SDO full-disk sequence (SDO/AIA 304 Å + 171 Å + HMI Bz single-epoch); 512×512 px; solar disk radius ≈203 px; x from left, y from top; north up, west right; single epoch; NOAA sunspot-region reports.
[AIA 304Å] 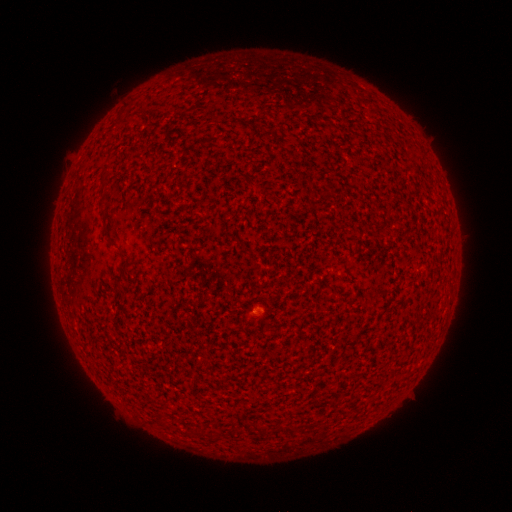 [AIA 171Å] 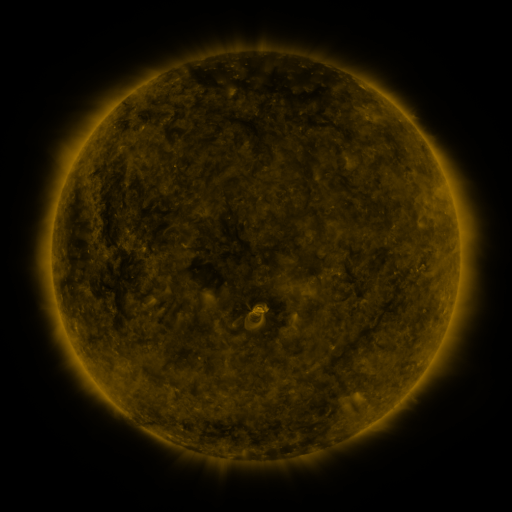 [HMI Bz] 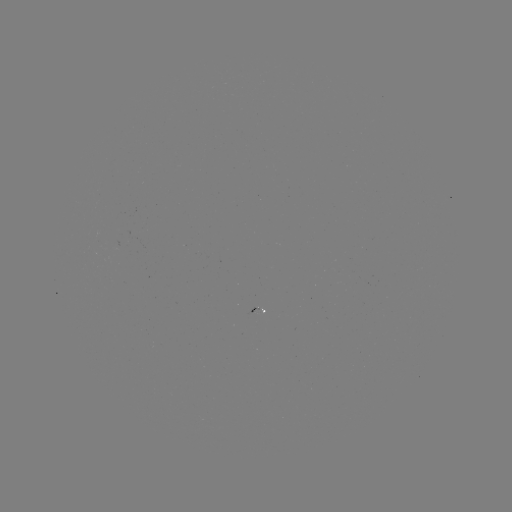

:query spotted active region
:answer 259,308